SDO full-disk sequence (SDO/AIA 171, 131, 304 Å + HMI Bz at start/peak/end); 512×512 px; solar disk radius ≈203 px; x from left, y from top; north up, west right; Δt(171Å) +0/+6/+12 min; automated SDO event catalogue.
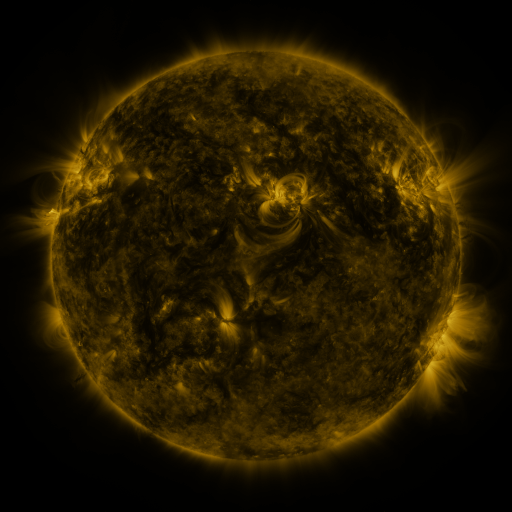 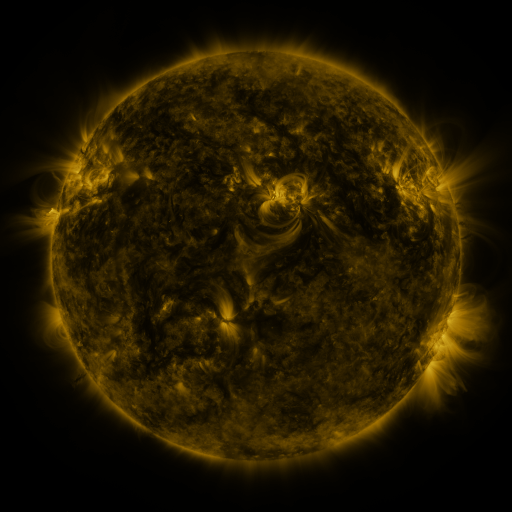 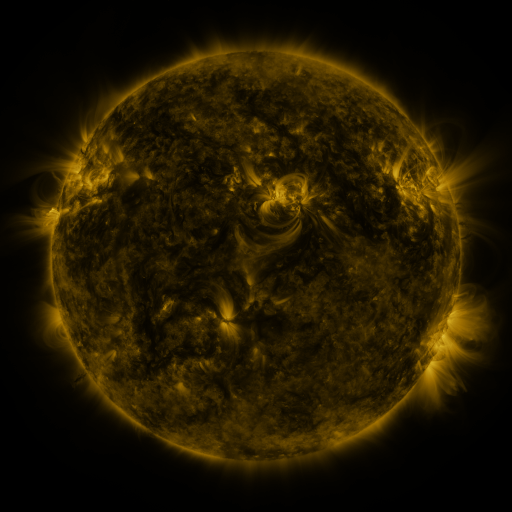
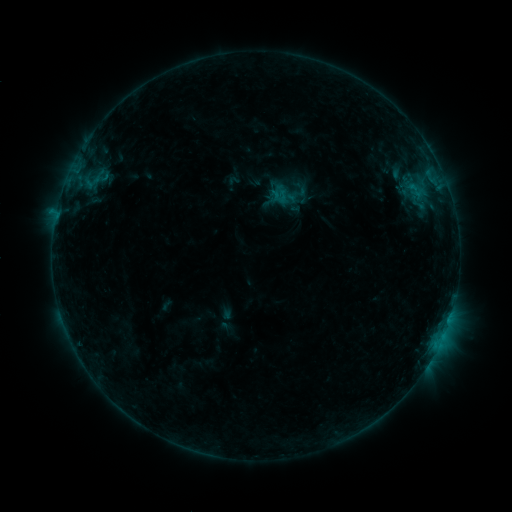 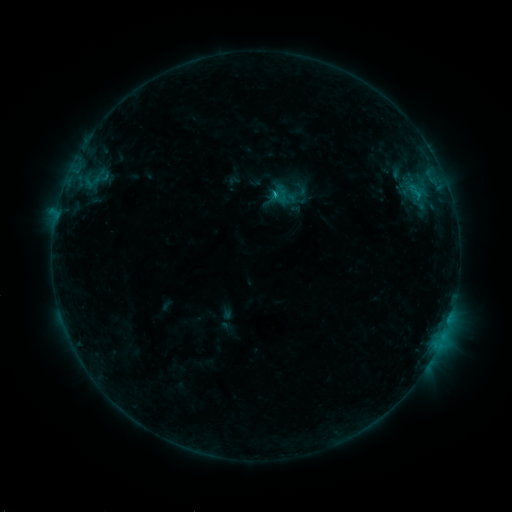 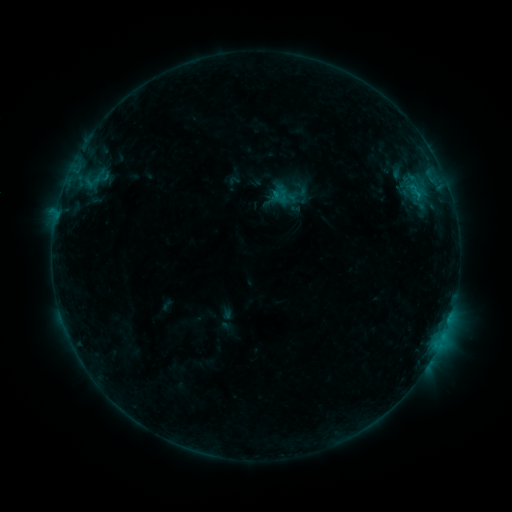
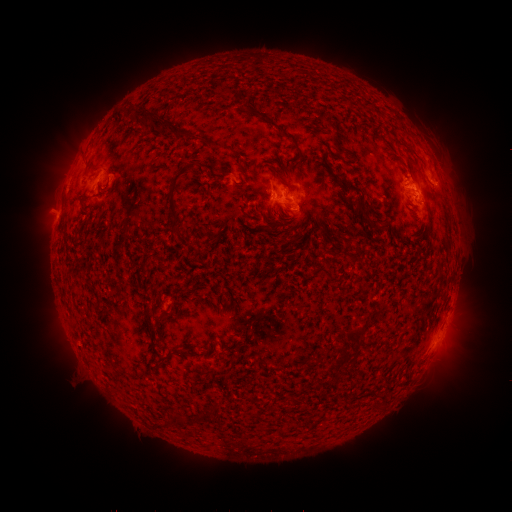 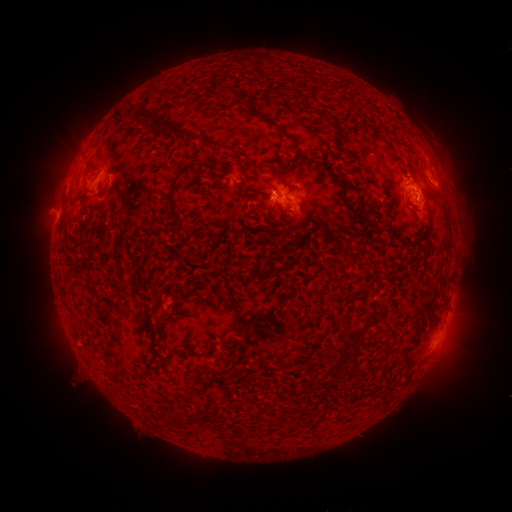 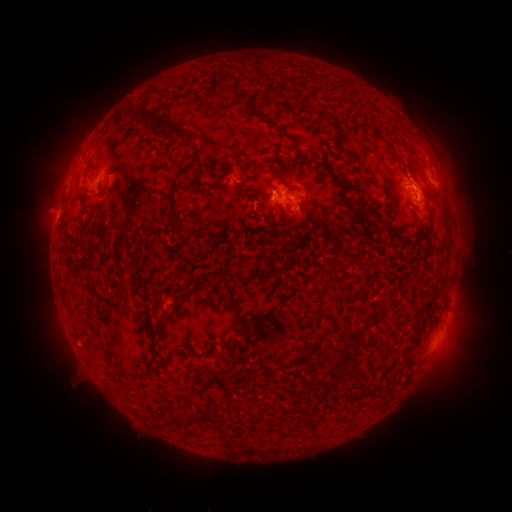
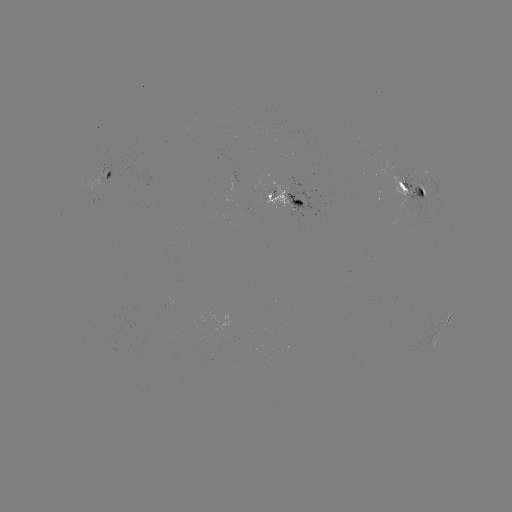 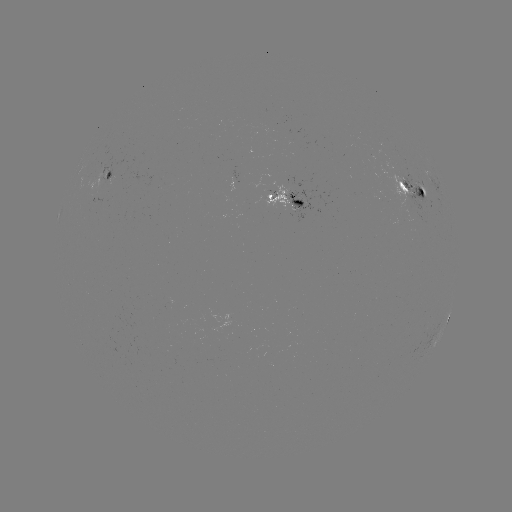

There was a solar flare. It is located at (273, 196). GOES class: B9.5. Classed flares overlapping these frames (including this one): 1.